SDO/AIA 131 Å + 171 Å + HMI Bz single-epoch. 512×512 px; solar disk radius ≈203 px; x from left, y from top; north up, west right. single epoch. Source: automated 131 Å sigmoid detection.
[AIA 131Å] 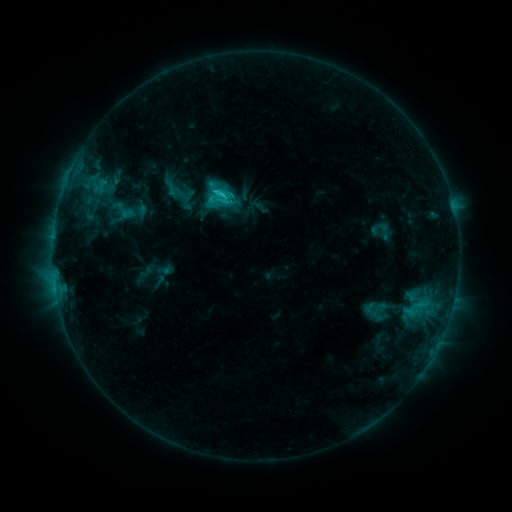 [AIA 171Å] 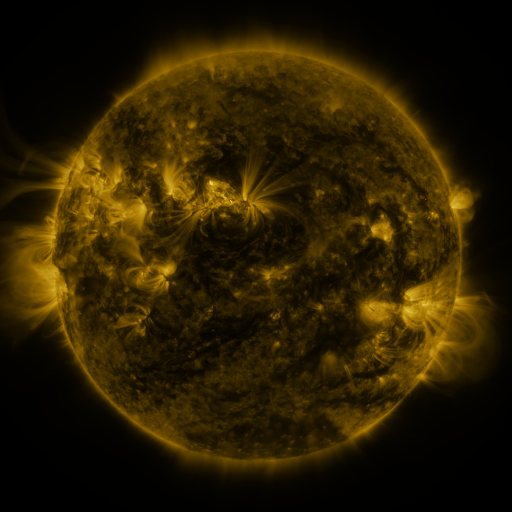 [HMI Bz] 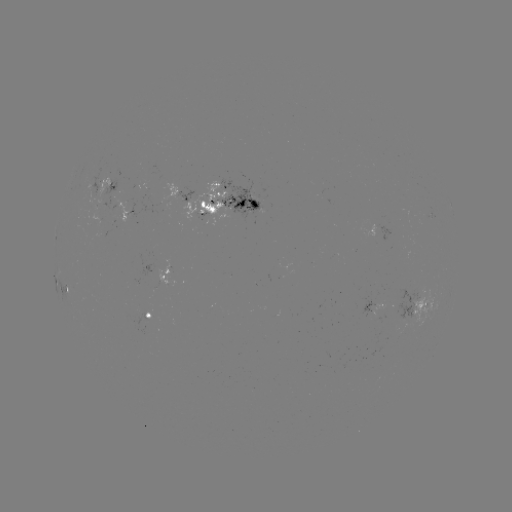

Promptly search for sigmoid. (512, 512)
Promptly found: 172,188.